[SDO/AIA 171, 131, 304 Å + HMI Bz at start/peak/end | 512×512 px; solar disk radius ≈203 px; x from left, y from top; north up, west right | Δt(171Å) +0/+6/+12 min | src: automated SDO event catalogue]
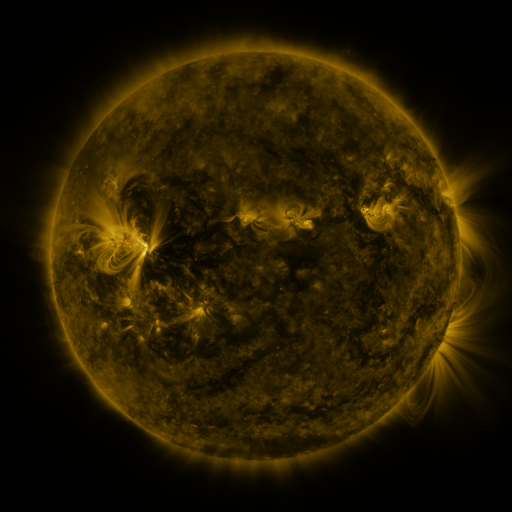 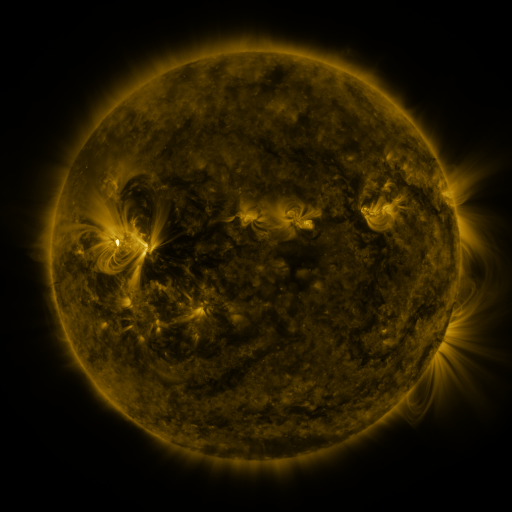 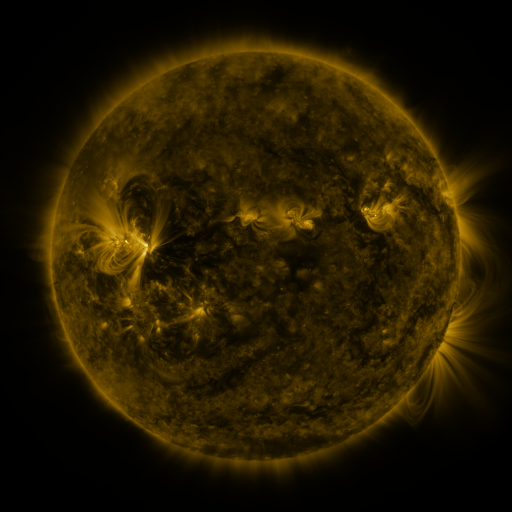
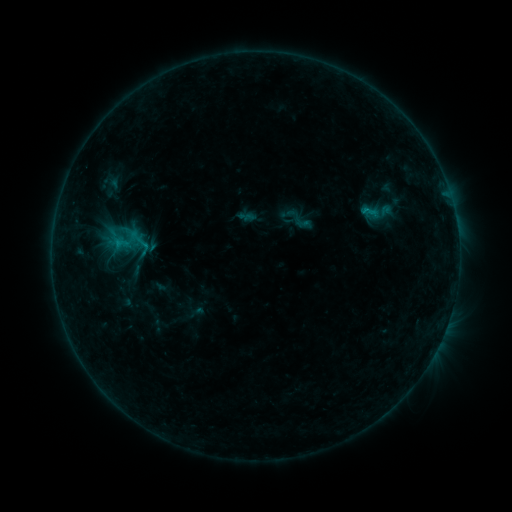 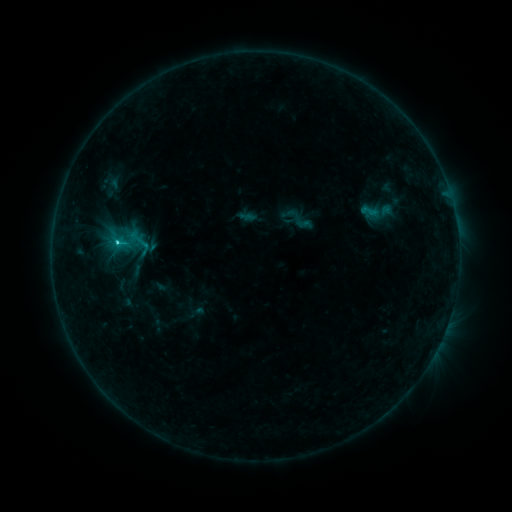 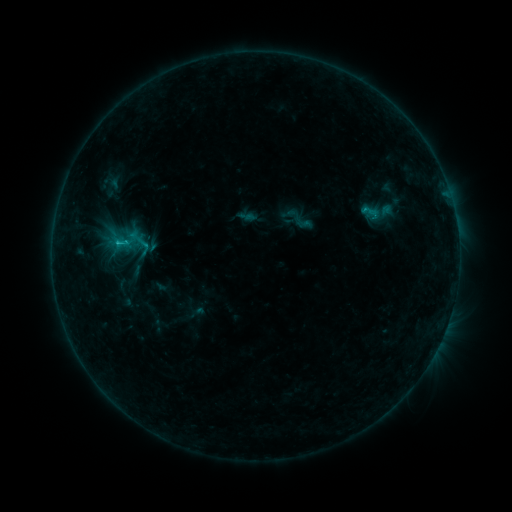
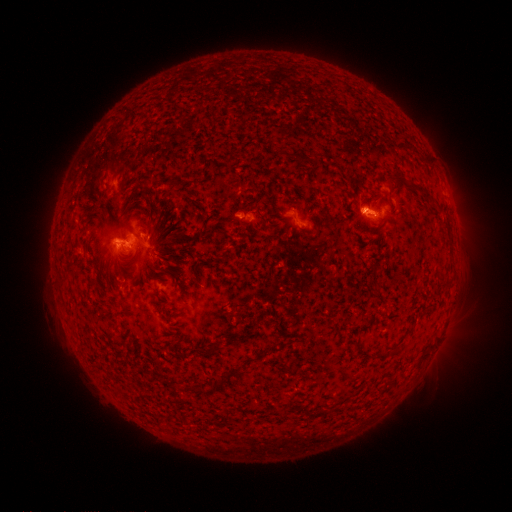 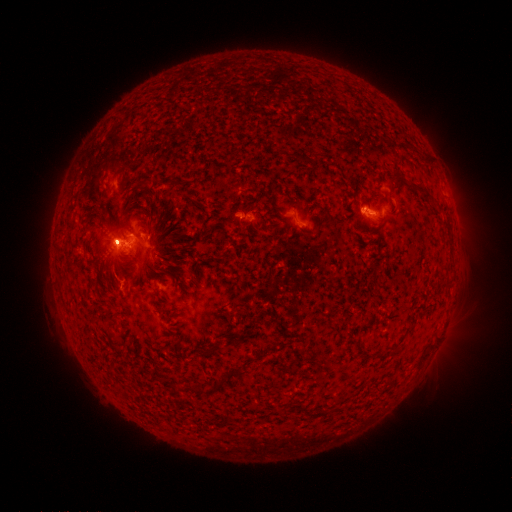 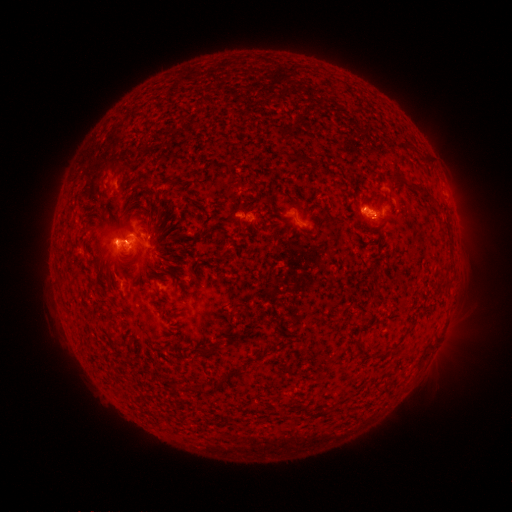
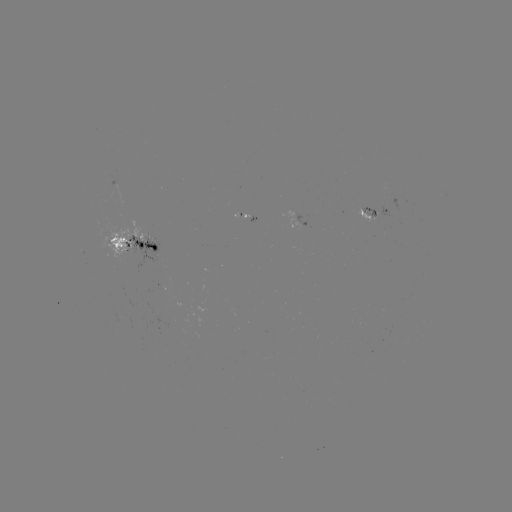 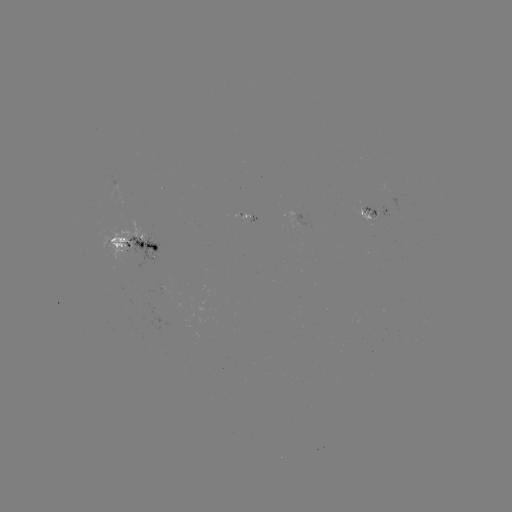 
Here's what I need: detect C1.3 flare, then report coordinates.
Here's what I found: C1.3 flare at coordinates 117,246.